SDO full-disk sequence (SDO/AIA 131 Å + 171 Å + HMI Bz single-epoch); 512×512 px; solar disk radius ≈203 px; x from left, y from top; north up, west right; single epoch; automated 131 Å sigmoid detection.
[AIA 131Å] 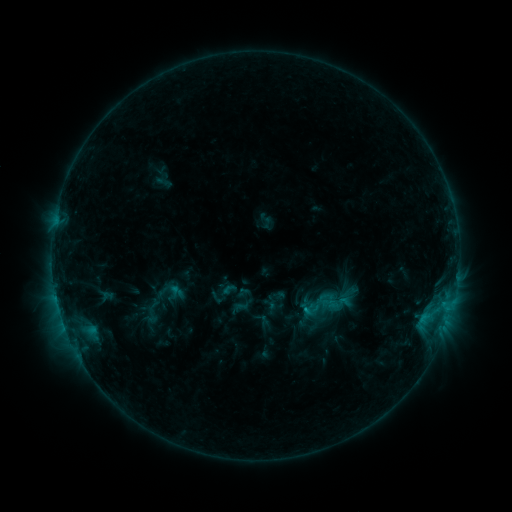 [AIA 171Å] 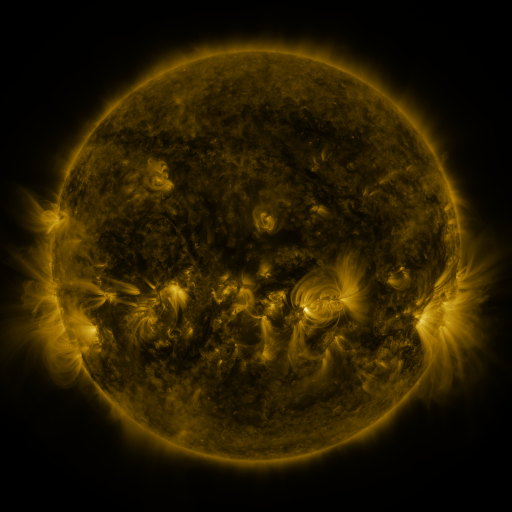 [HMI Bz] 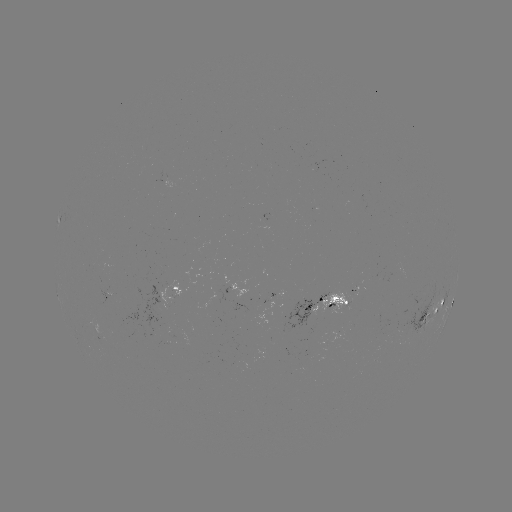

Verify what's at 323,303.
sigmoid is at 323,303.